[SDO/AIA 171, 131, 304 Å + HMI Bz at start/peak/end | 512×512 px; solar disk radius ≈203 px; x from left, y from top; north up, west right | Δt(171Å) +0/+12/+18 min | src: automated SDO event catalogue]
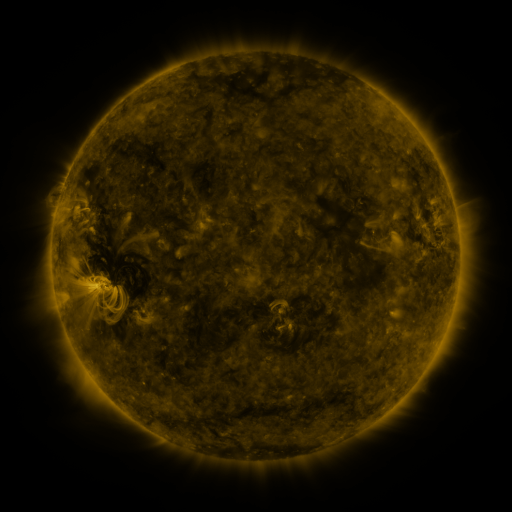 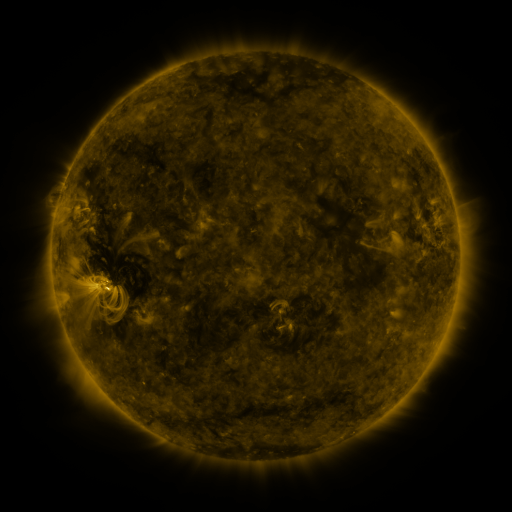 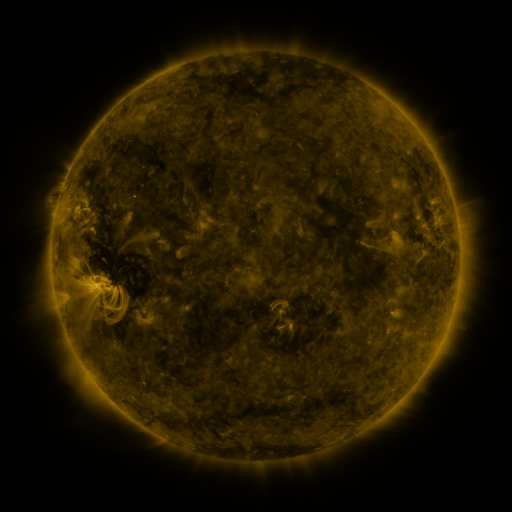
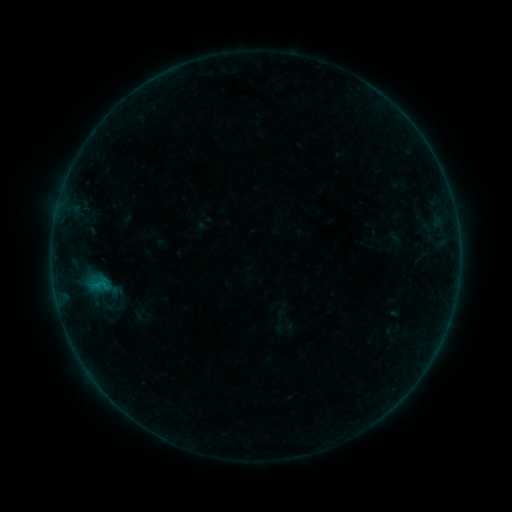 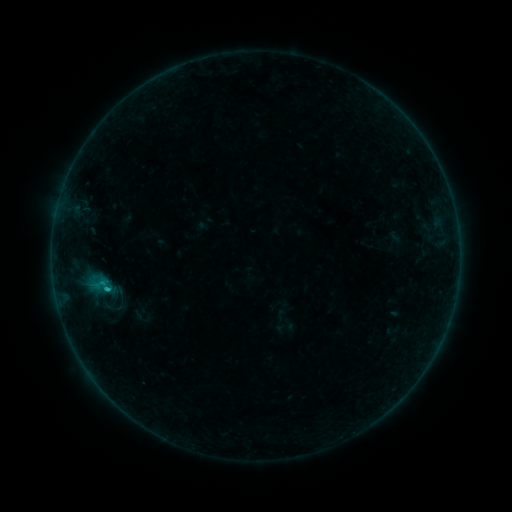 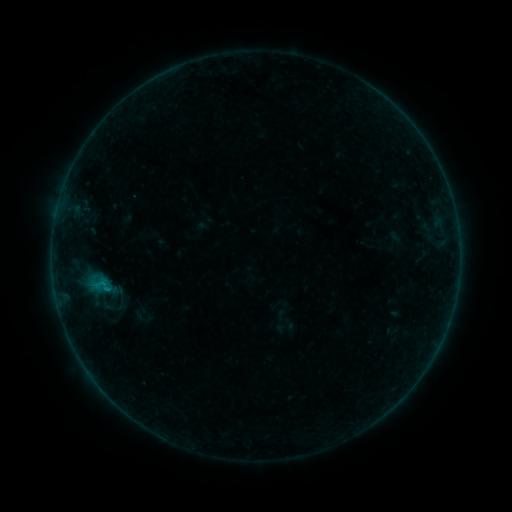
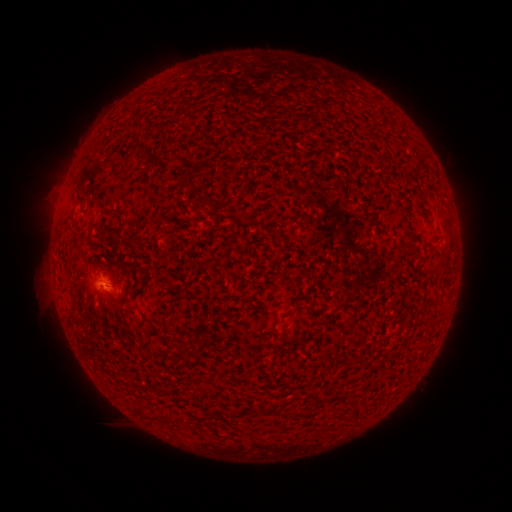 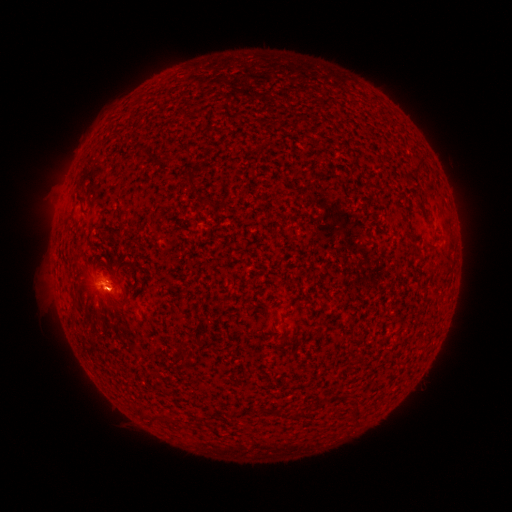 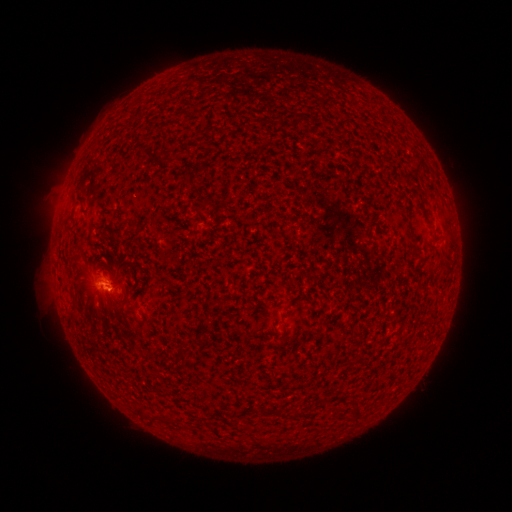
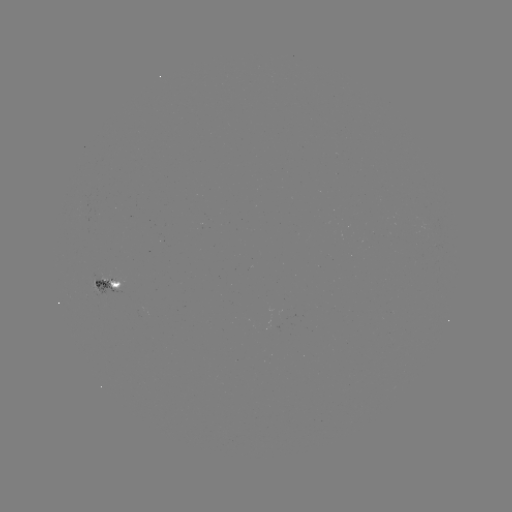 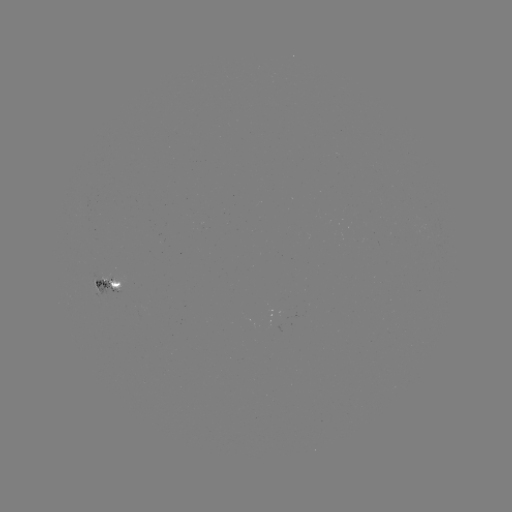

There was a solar flare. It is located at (107, 286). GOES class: B5.2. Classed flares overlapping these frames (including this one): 1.